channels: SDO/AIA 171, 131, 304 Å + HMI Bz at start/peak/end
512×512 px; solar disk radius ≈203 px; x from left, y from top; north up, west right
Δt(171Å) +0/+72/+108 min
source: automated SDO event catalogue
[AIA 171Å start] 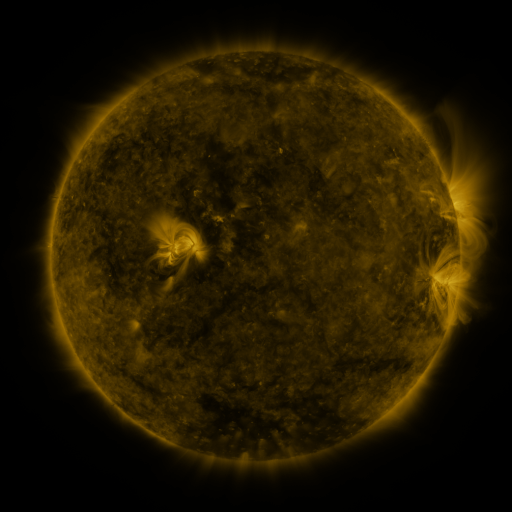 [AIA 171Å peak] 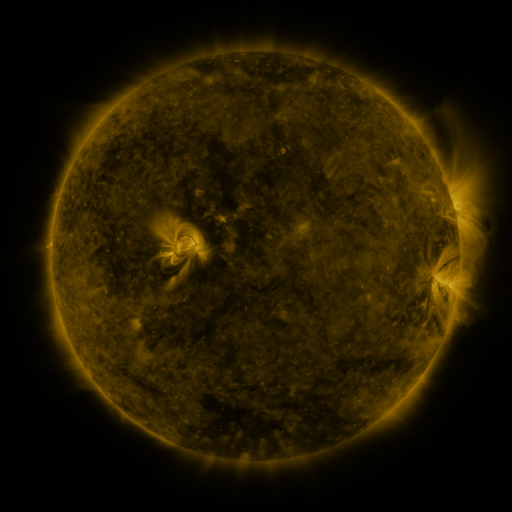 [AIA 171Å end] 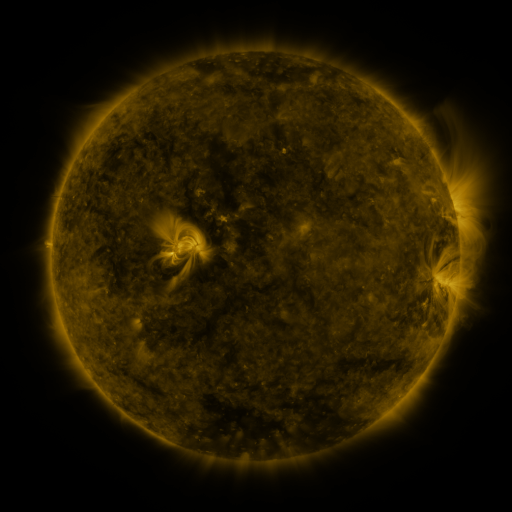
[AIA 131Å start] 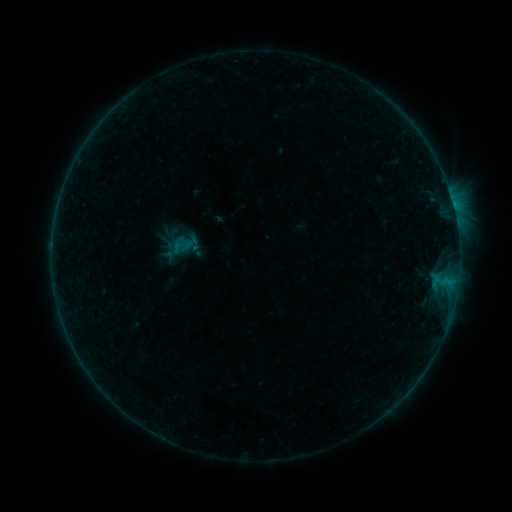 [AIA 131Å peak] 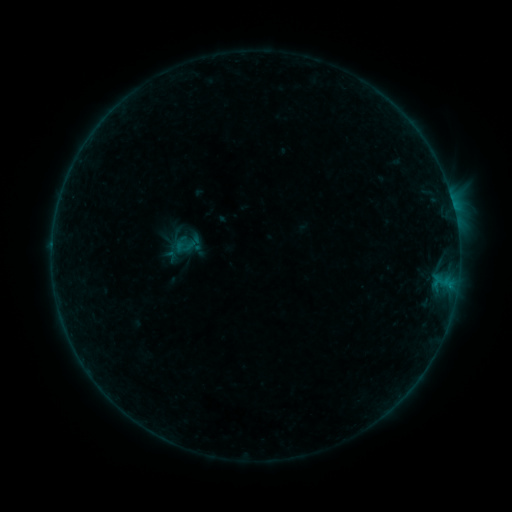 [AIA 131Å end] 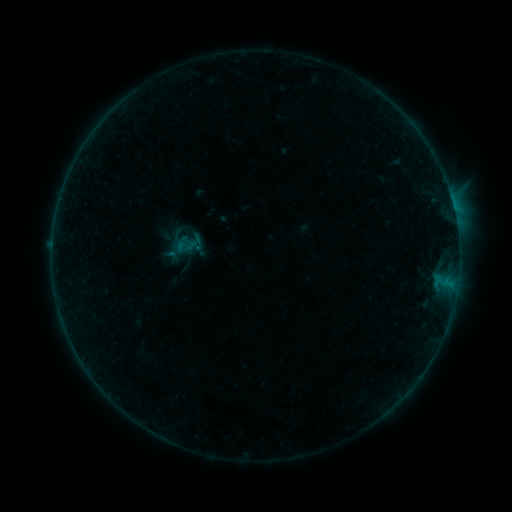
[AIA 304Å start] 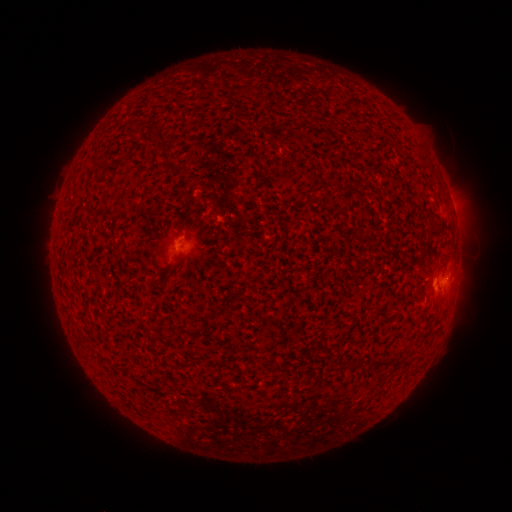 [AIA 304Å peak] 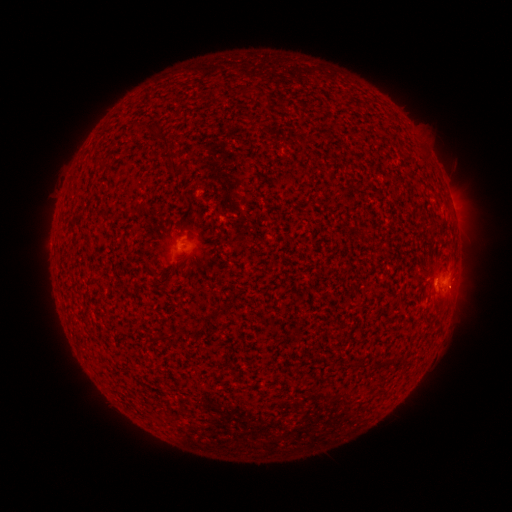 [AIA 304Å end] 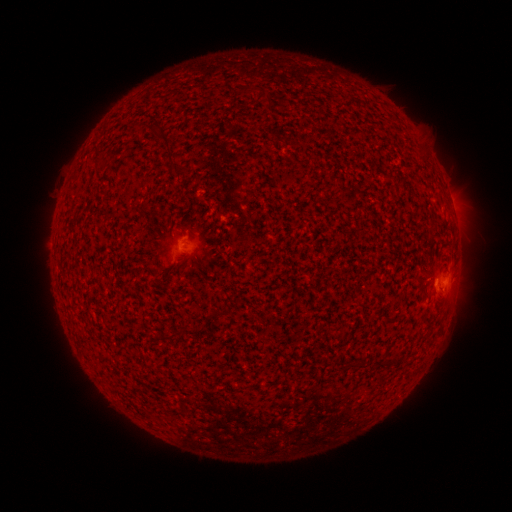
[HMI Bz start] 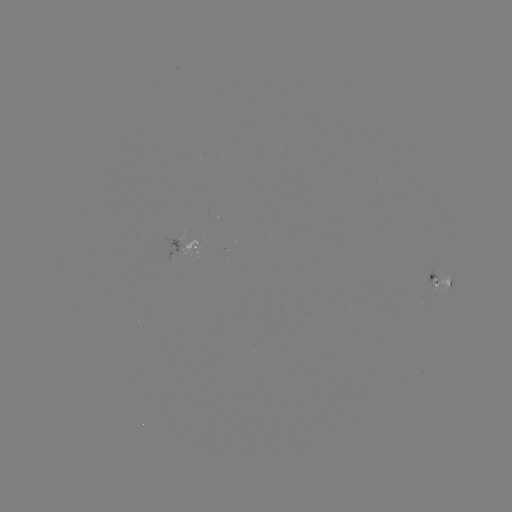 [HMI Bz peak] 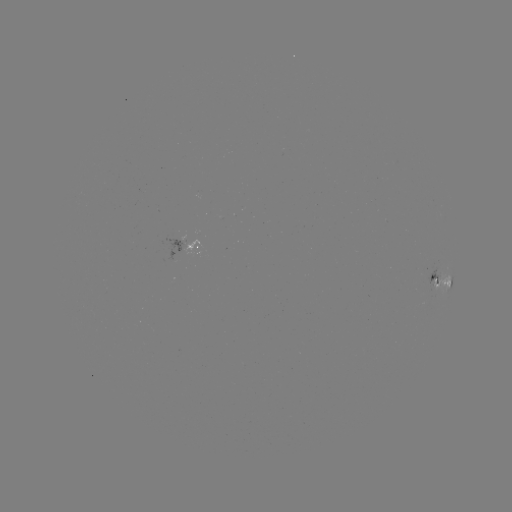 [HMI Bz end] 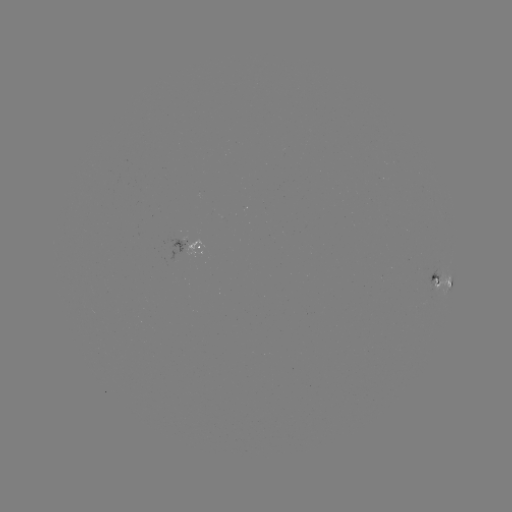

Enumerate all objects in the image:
emerging-flux region: (180, 241)
